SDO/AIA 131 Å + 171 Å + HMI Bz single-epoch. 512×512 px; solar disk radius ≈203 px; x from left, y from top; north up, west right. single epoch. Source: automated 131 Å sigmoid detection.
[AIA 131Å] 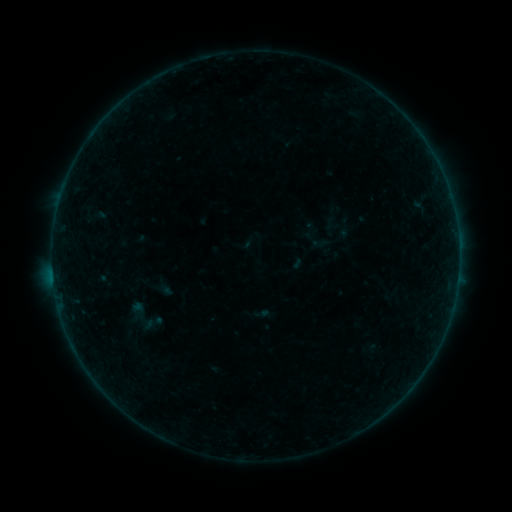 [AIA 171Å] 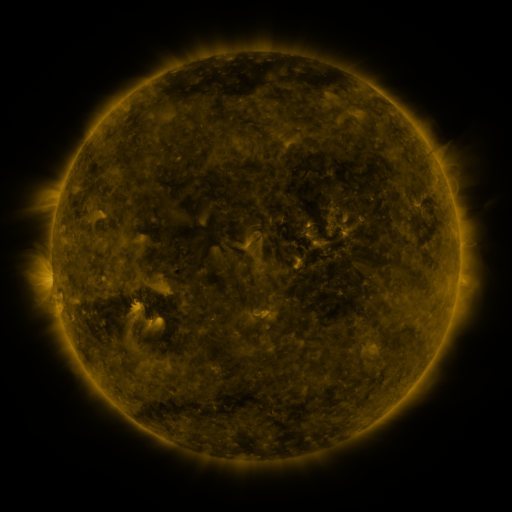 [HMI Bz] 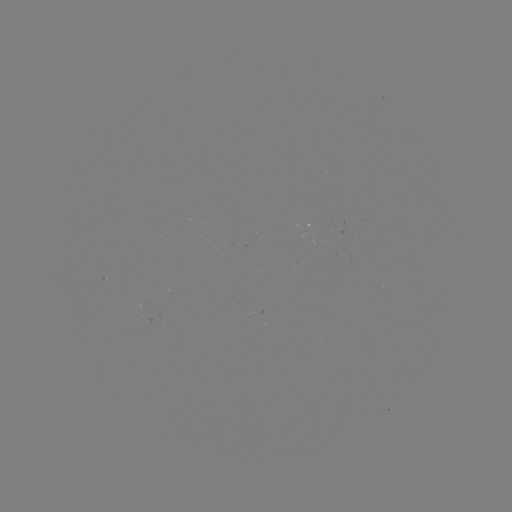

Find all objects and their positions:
sigmoid: (321, 243)
sigmoid: (141, 316)
